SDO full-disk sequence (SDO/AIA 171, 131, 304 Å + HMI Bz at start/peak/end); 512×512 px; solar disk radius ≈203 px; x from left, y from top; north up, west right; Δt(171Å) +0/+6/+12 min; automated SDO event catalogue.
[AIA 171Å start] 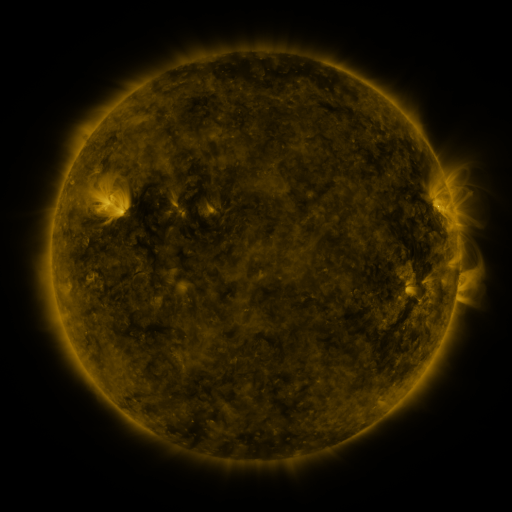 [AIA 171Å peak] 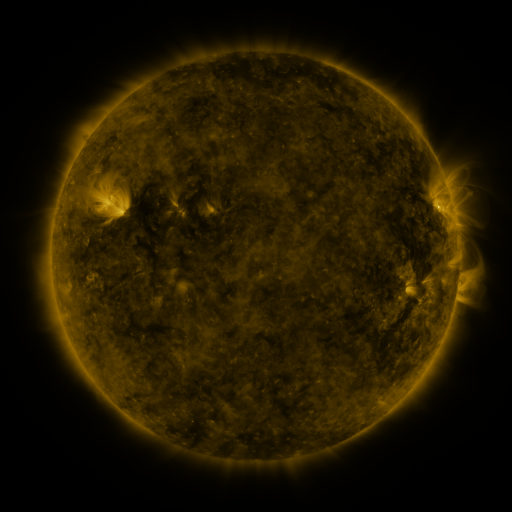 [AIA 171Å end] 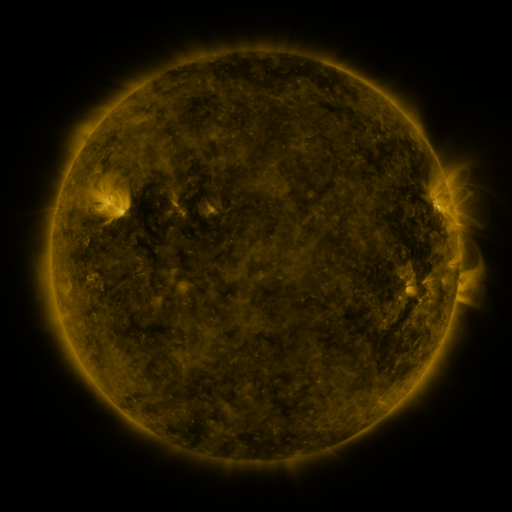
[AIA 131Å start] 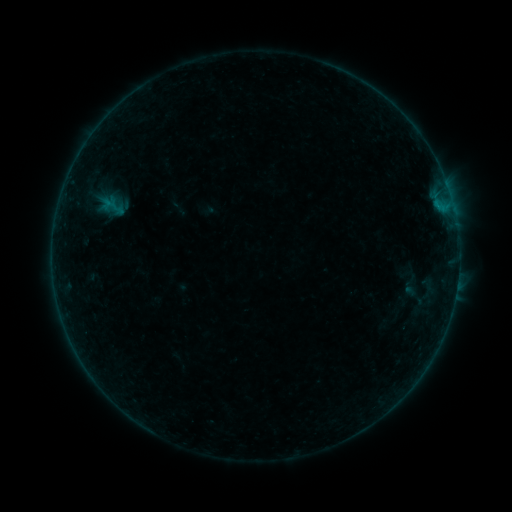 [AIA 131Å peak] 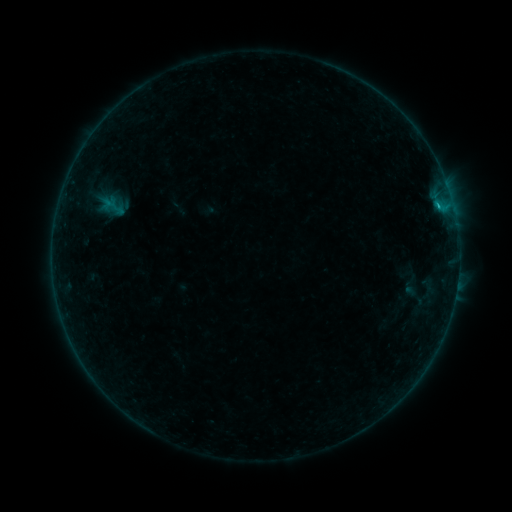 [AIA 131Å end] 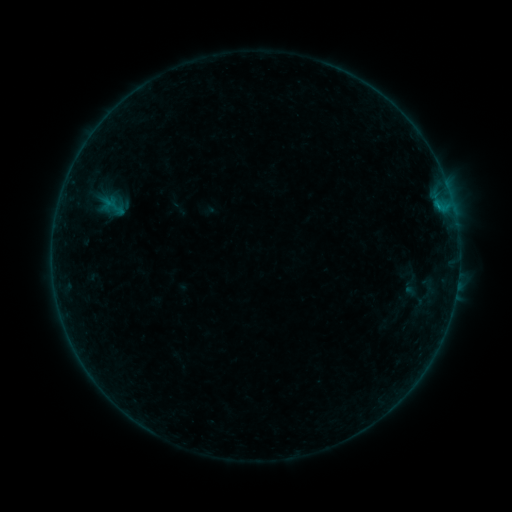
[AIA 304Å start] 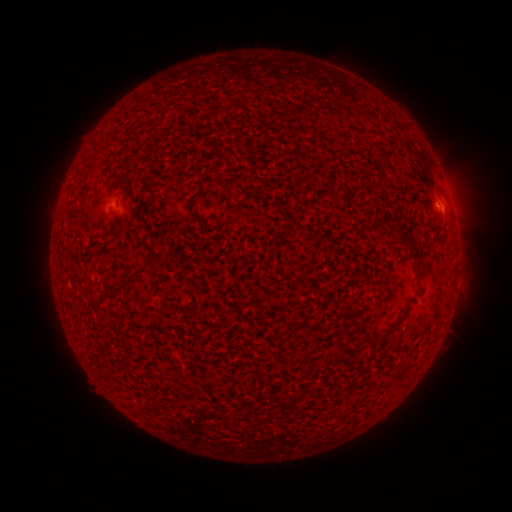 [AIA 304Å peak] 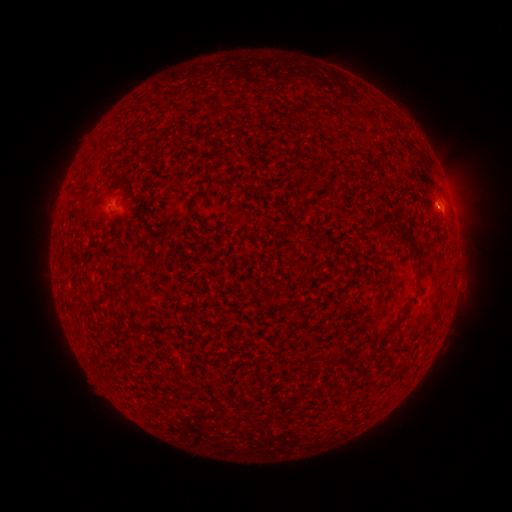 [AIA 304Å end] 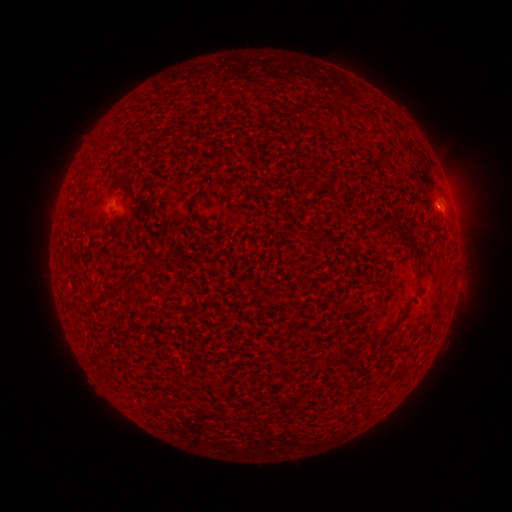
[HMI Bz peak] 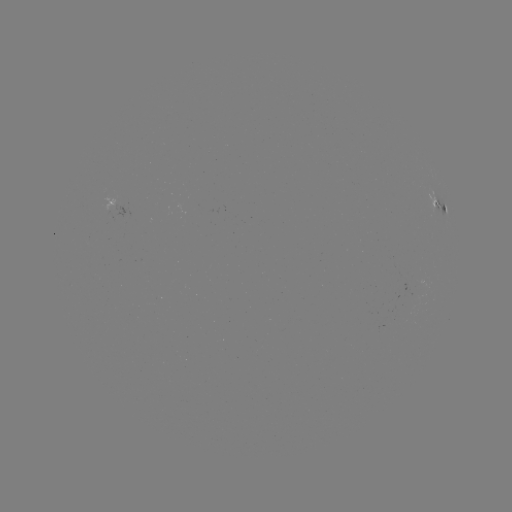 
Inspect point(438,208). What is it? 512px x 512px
B2.7 flare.